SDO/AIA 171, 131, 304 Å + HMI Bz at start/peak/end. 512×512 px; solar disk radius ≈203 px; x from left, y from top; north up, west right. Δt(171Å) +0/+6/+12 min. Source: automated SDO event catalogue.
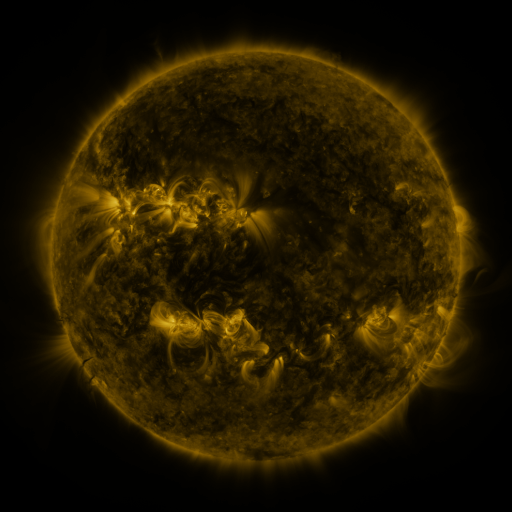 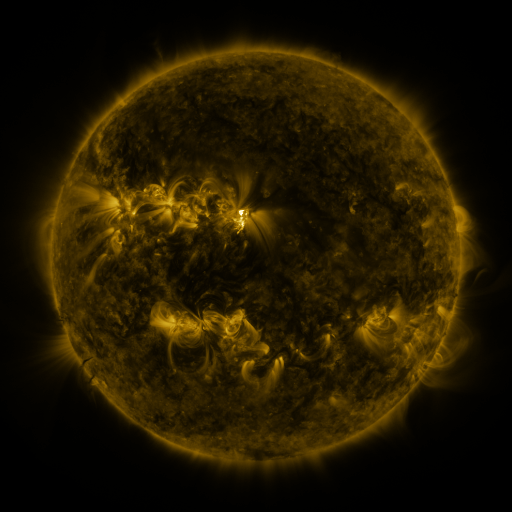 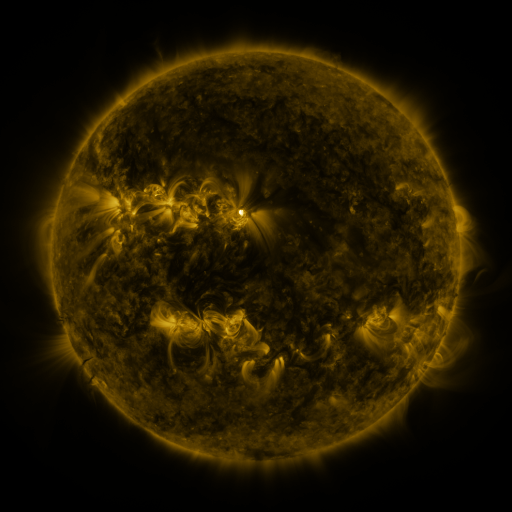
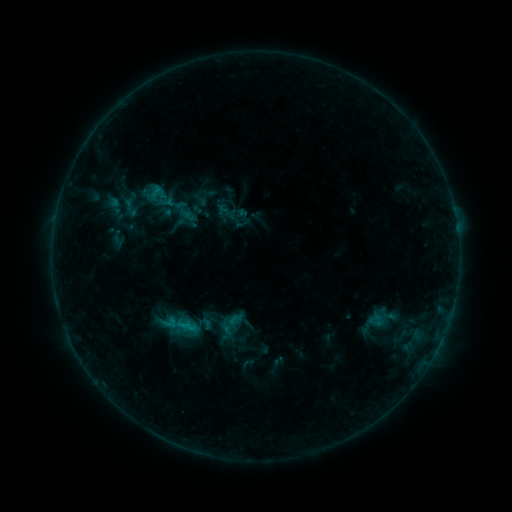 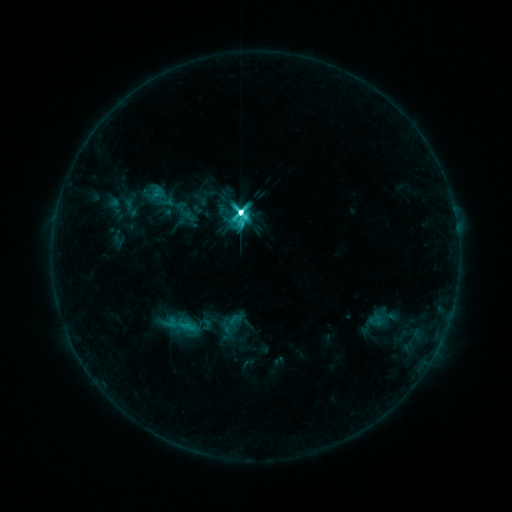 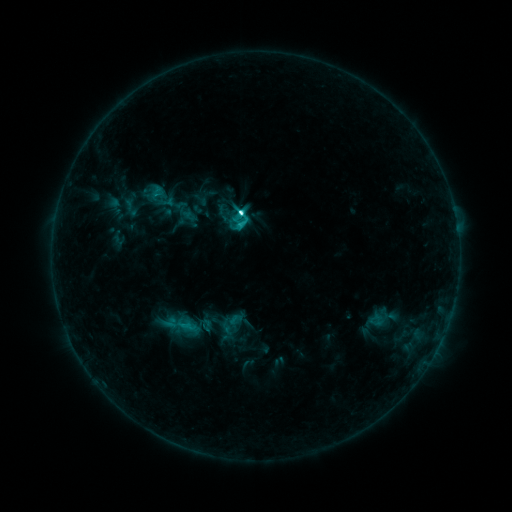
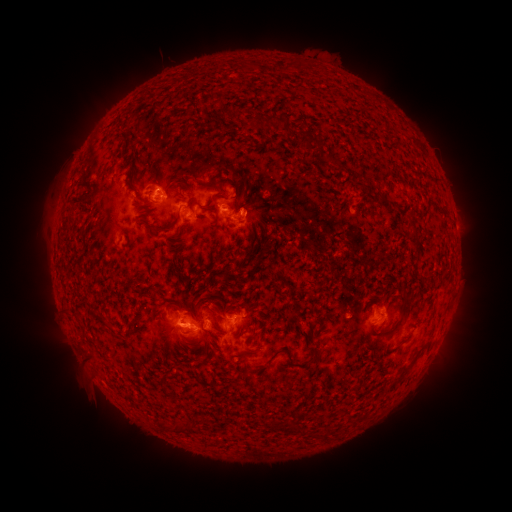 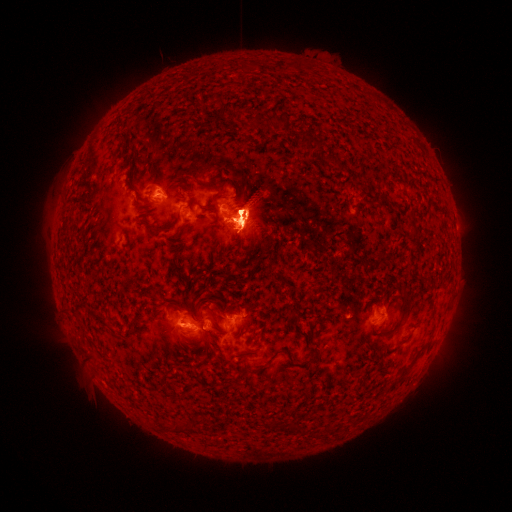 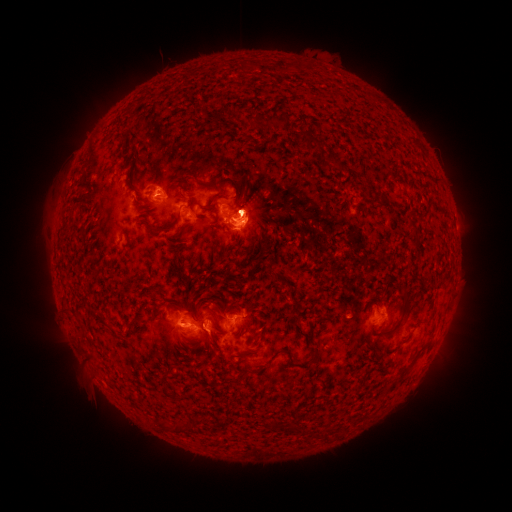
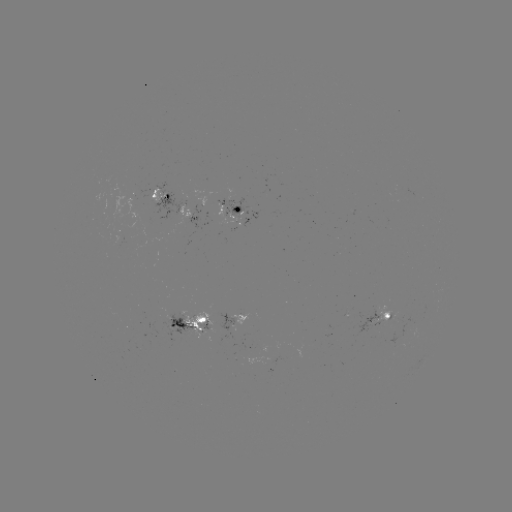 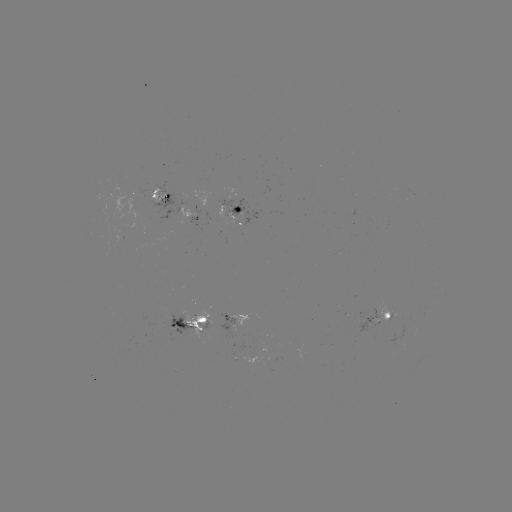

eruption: [411, 288, 478, 384]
